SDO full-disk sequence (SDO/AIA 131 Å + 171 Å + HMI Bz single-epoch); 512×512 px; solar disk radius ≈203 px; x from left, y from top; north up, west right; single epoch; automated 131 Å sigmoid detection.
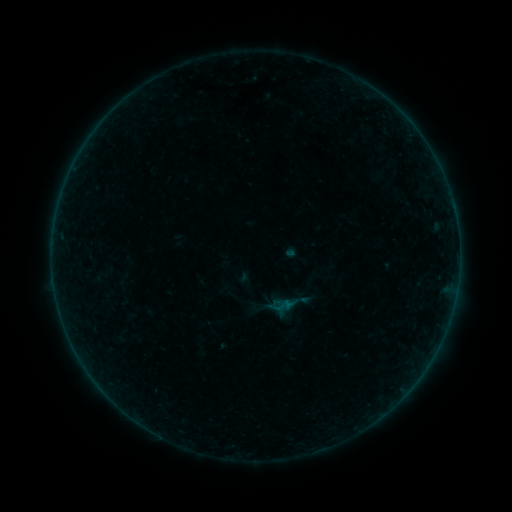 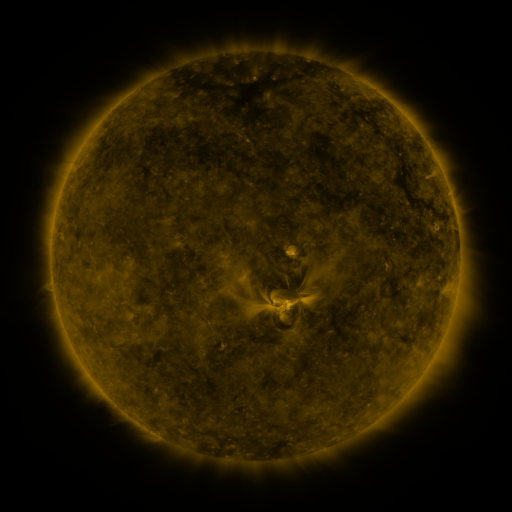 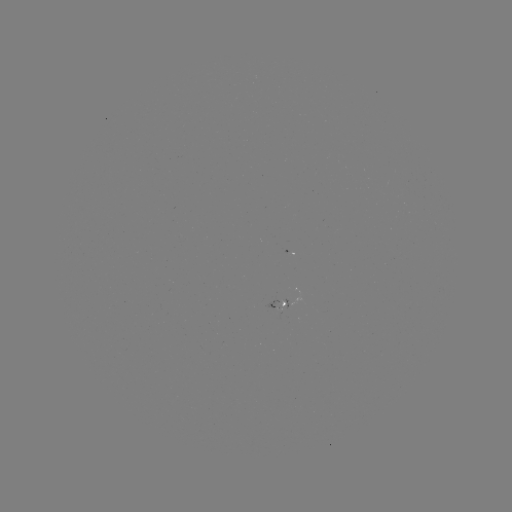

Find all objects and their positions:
sigmoid: (282, 306)
